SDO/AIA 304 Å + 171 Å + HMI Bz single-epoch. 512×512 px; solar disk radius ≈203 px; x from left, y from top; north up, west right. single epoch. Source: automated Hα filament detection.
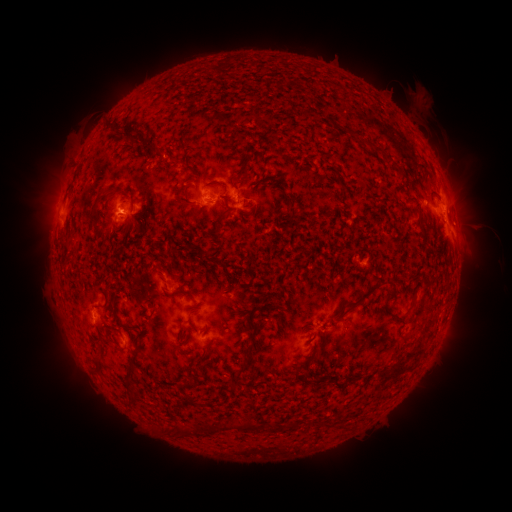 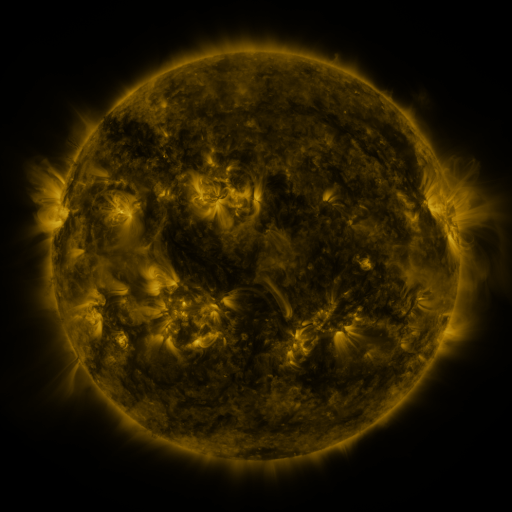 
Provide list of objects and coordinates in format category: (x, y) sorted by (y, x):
filament: (132, 139)
filament: (370, 144)
filament: (150, 151)
filament: (240, 169)
filament: (221, 184)
filament: (178, 196)
filament: (284, 196)
filament: (93, 210)
filament: (292, 215)
filament: (225, 216)
filament: (424, 238)
filament: (219, 263)
filament: (394, 288)
filament: (179, 292)
filament: (106, 296)
filament: (362, 296)
filament: (413, 302)
filament: (99, 308)
filament: (189, 320)
filament: (119, 322)
filament: (252, 344)
filament: (98, 361)
filament: (410, 364)
filament: (132, 370)
filament: (241, 371)
filament: (339, 383)
filament: (191, 385)
filament: (188, 400)
filament: (245, 424)
filament: (222, 425)
filament: (207, 428)
filament: (184, 432)
